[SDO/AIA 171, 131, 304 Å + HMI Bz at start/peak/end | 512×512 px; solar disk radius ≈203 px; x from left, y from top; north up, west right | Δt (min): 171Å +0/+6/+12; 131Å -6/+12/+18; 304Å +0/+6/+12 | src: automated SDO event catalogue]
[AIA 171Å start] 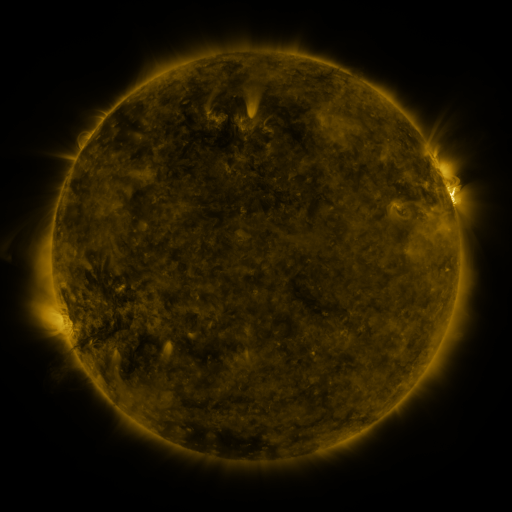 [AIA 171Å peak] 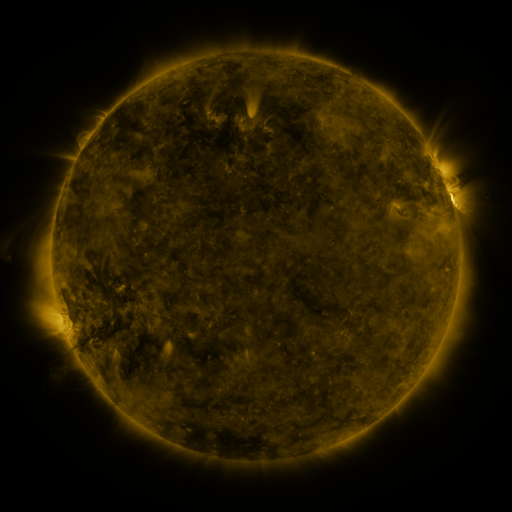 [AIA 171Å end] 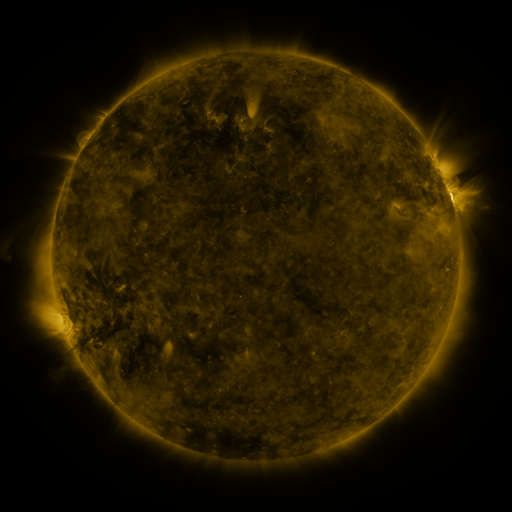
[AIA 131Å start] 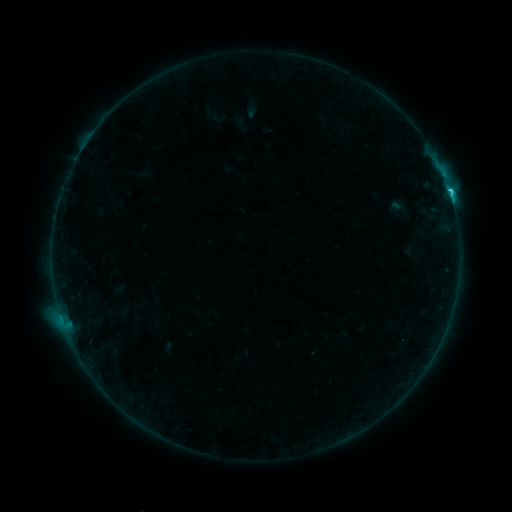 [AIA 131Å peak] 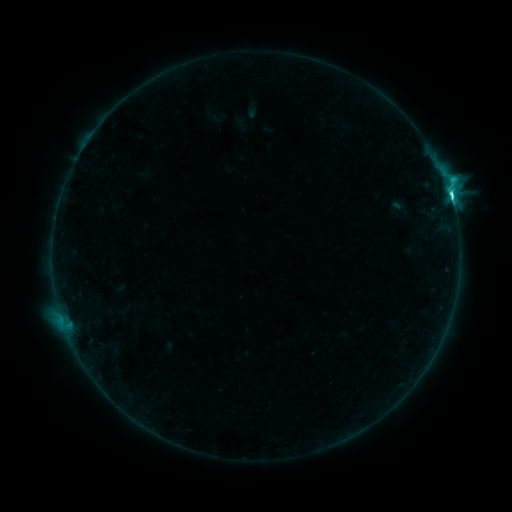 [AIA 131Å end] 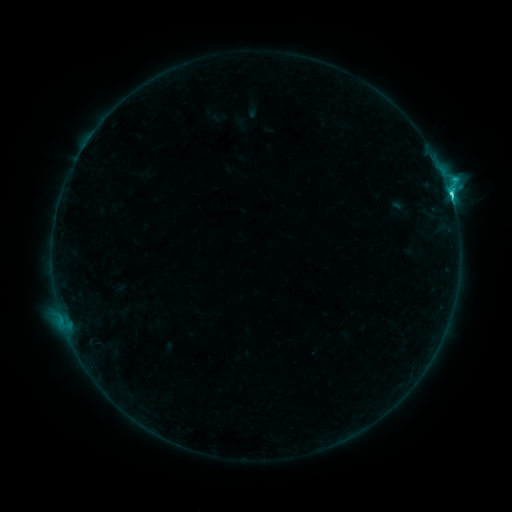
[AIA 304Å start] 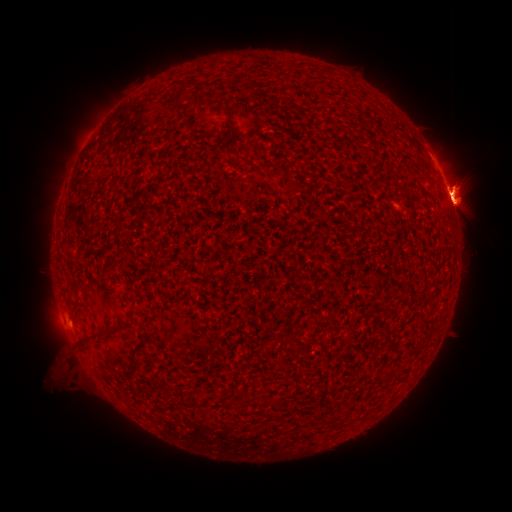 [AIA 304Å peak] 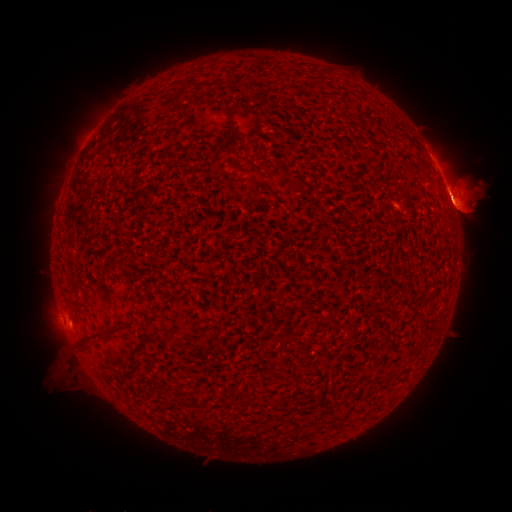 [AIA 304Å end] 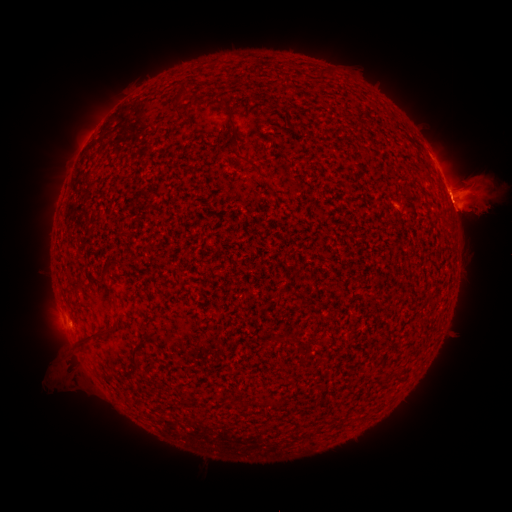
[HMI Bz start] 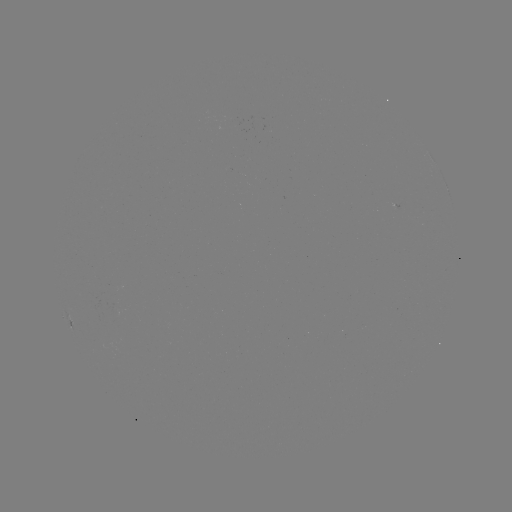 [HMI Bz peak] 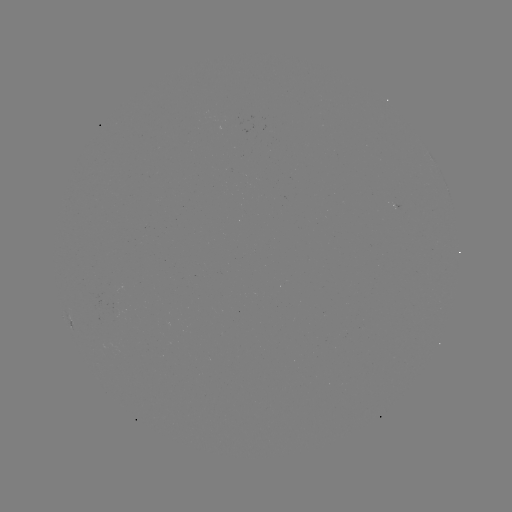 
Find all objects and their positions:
eruption: (403, 194)
